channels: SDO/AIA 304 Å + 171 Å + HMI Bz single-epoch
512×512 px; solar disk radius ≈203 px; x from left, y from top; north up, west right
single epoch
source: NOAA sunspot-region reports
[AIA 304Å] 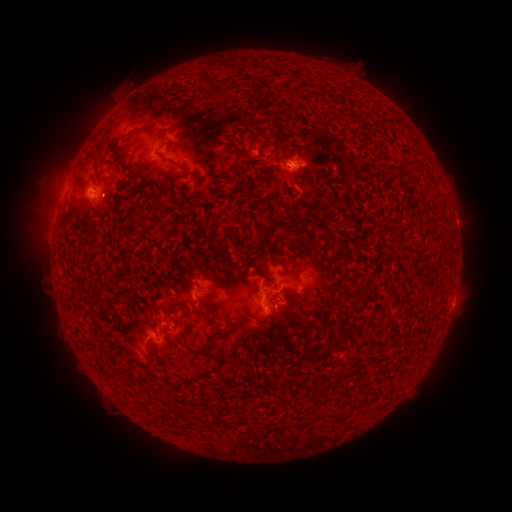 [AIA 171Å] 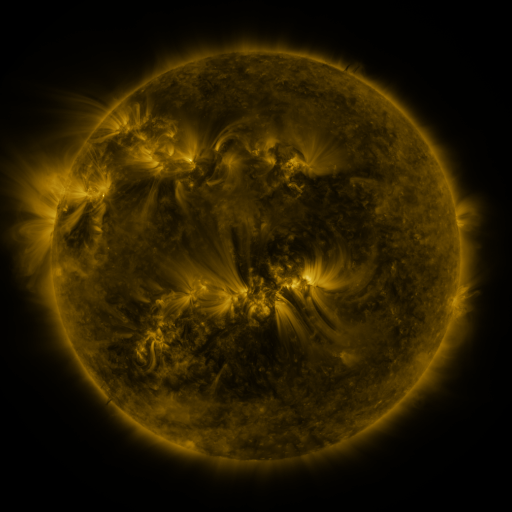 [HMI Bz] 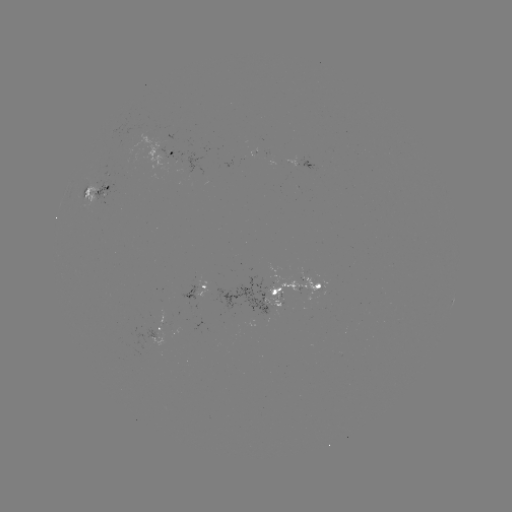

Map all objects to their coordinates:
spotted active region: (174, 153)
spotted active region: (312, 168)
spotted active region: (96, 190)
spotted active region: (198, 286)
spotted active region: (293, 292)
spotted active region: (161, 326)
